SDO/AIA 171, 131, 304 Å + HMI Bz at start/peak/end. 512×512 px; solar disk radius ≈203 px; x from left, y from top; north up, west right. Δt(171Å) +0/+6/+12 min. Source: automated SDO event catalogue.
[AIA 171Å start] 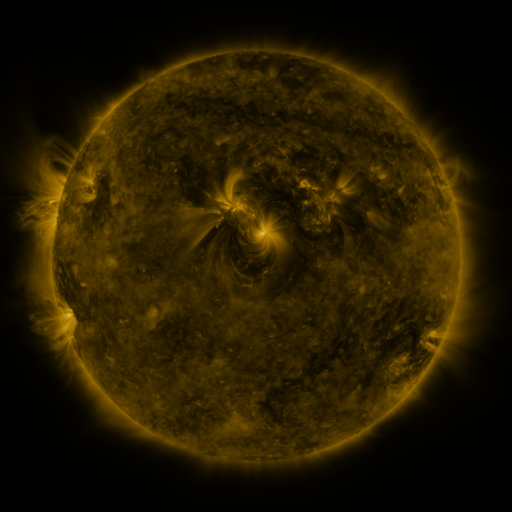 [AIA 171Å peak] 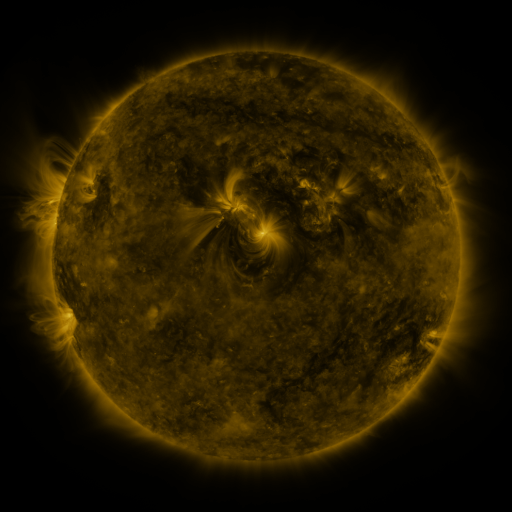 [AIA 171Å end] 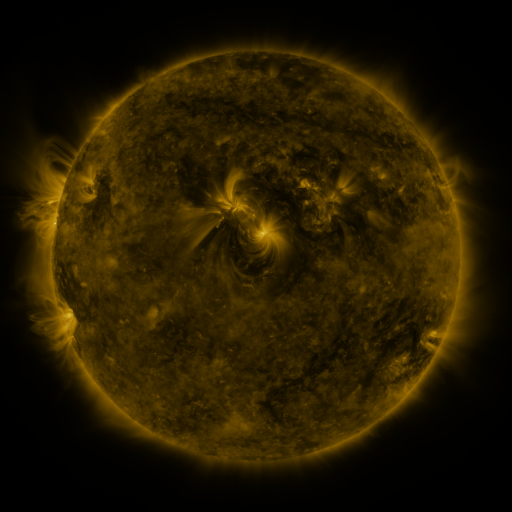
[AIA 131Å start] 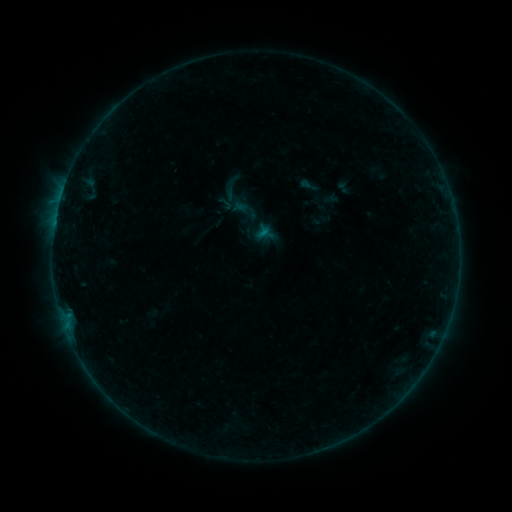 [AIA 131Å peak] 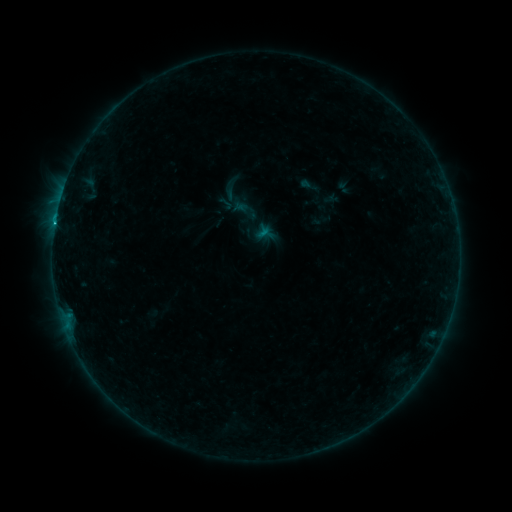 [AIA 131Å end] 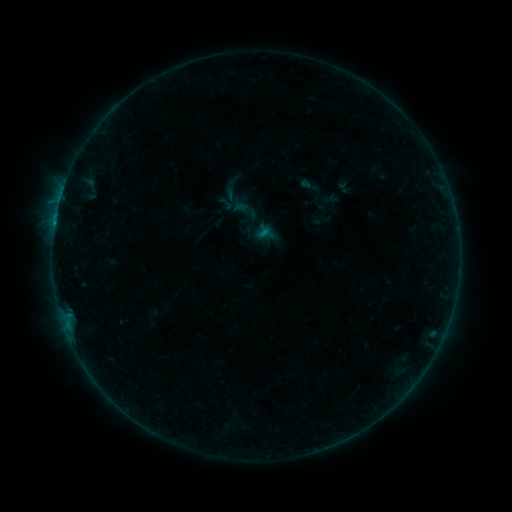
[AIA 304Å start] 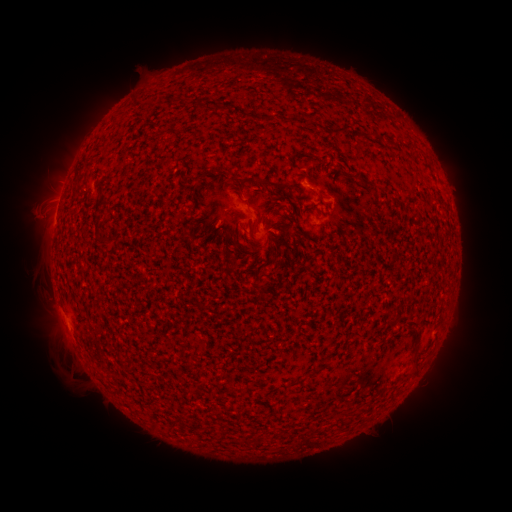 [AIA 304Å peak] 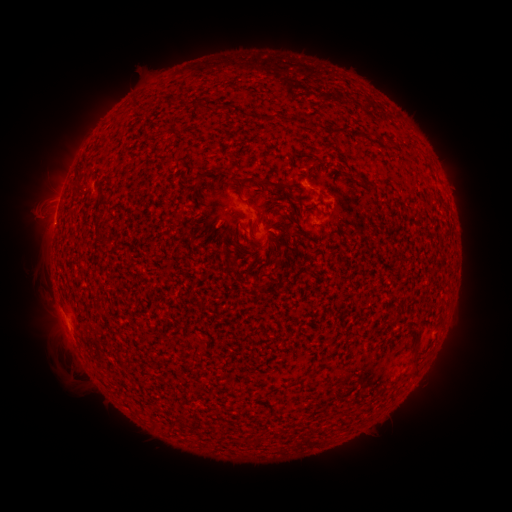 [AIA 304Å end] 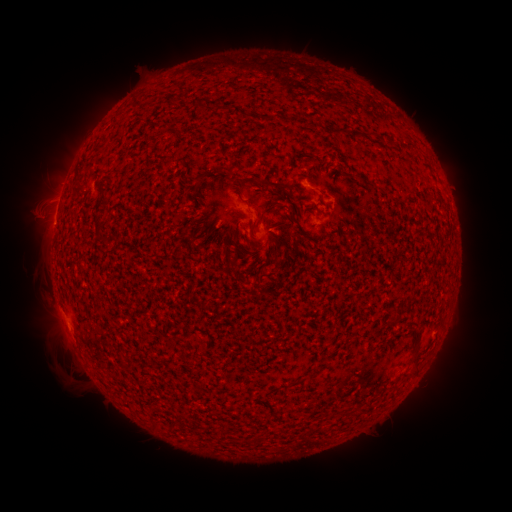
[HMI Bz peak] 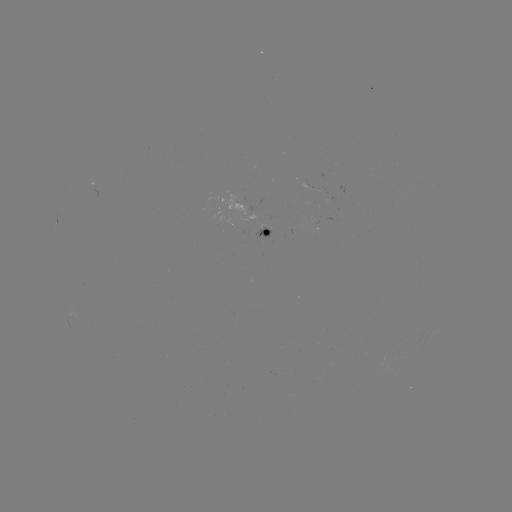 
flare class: B3.7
